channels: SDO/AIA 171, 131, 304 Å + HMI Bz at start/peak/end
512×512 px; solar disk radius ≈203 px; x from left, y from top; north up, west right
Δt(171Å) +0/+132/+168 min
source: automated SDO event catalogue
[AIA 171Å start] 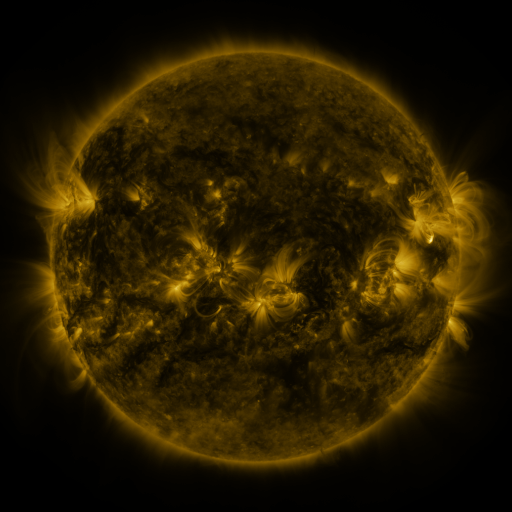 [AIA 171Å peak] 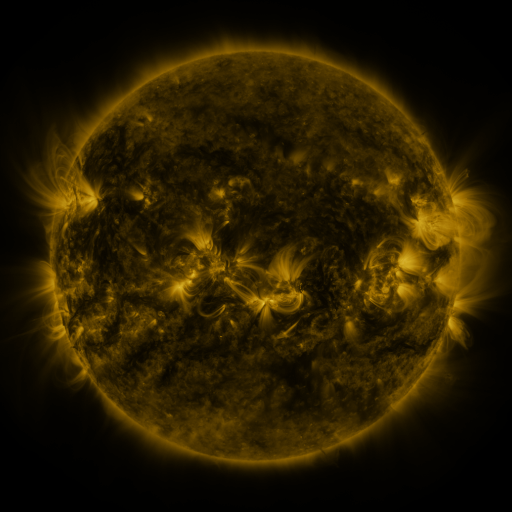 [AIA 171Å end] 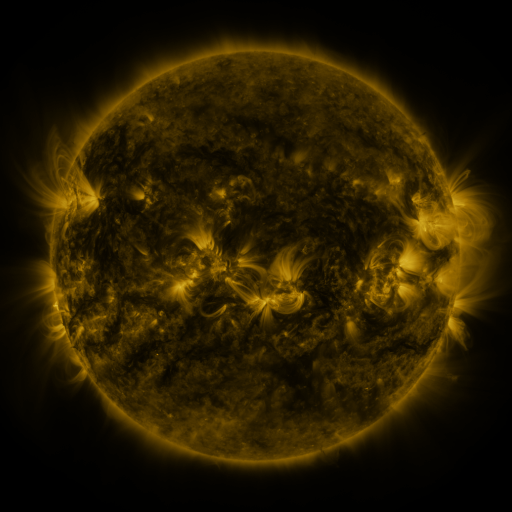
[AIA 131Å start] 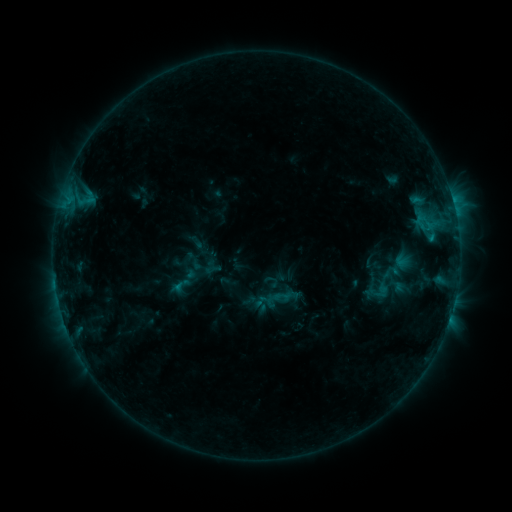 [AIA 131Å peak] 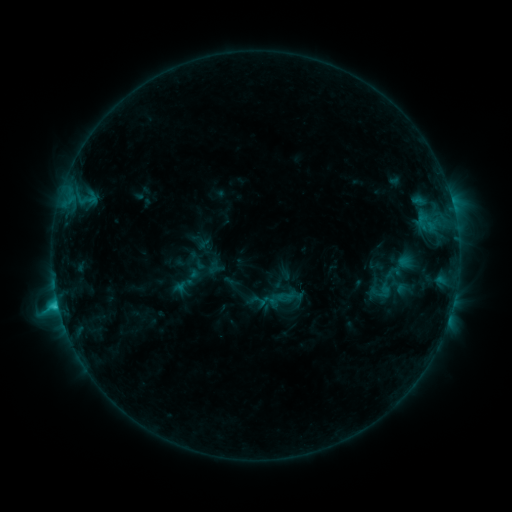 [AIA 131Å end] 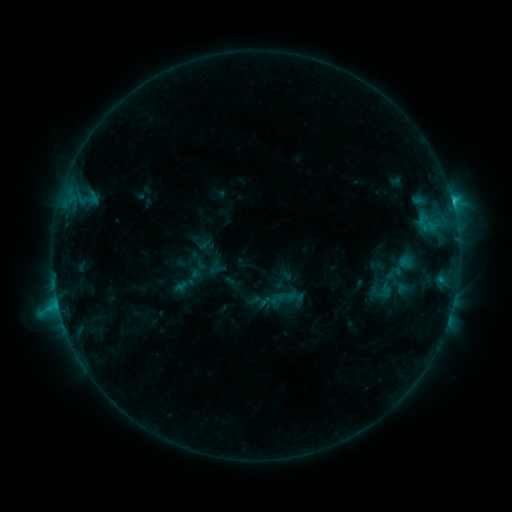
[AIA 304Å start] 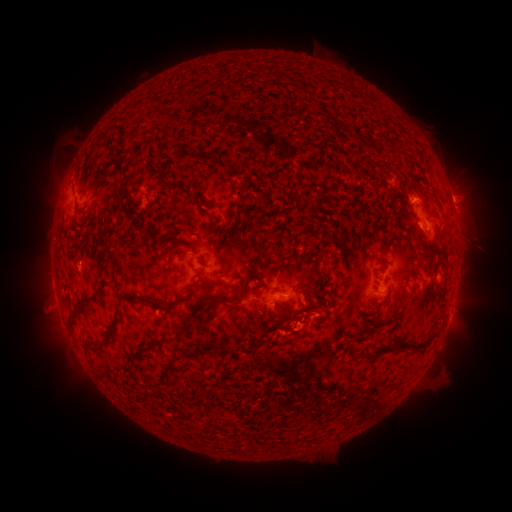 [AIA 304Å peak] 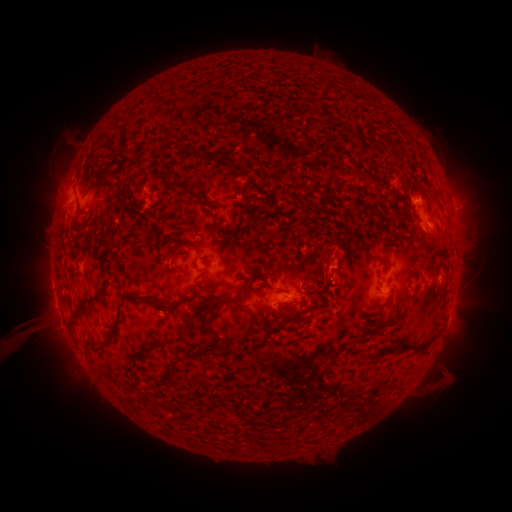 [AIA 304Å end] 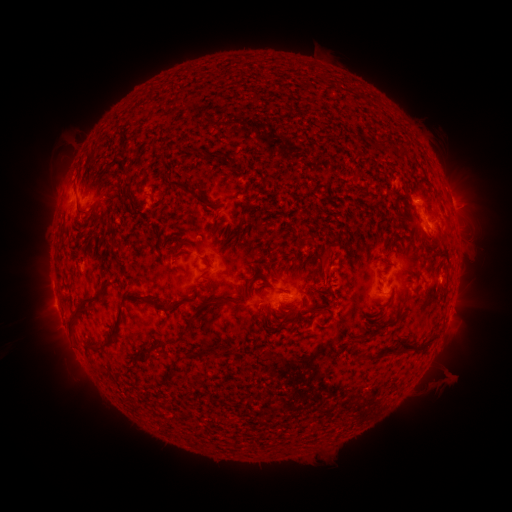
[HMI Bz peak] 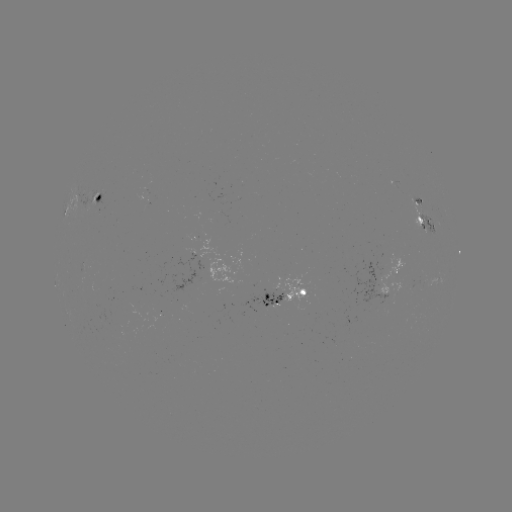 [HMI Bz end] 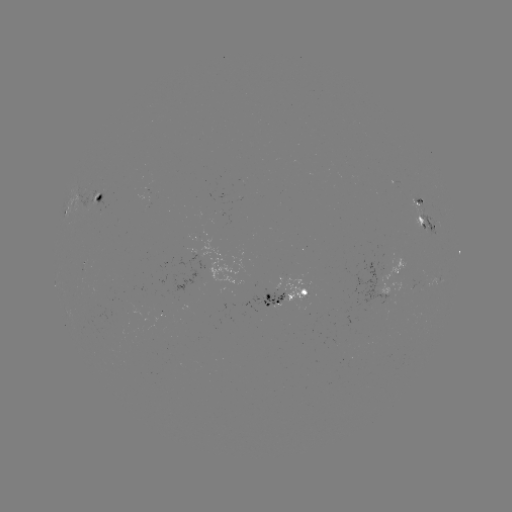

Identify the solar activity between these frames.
emerging-flux region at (386, 274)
